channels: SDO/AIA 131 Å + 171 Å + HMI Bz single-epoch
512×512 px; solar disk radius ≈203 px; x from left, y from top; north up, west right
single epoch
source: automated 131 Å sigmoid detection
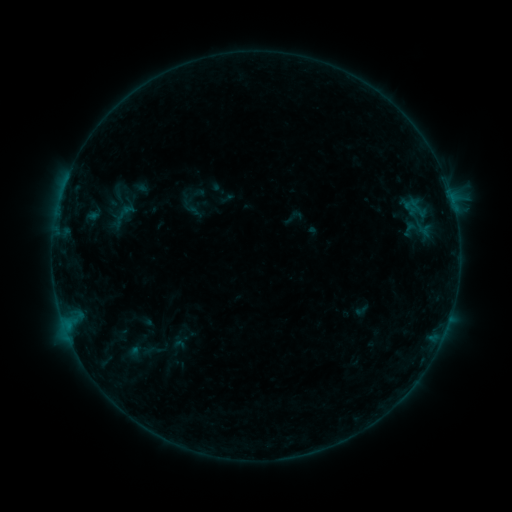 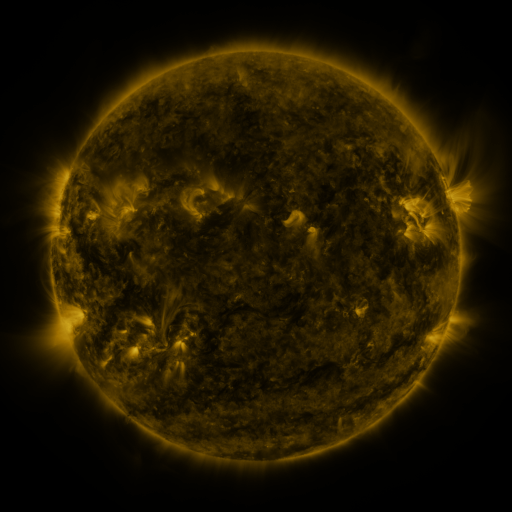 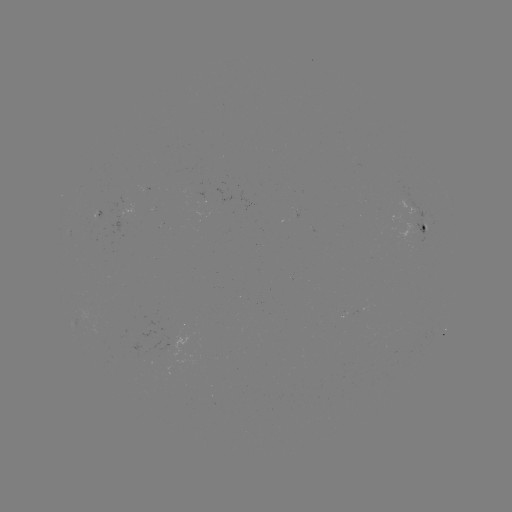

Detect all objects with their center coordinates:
sigmoid: (189, 205)
sigmoid: (410, 229)
